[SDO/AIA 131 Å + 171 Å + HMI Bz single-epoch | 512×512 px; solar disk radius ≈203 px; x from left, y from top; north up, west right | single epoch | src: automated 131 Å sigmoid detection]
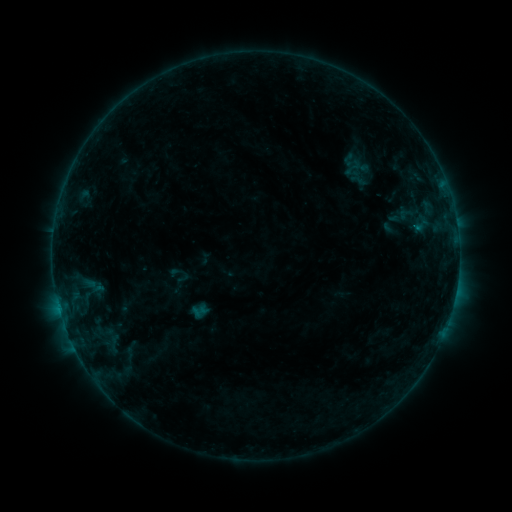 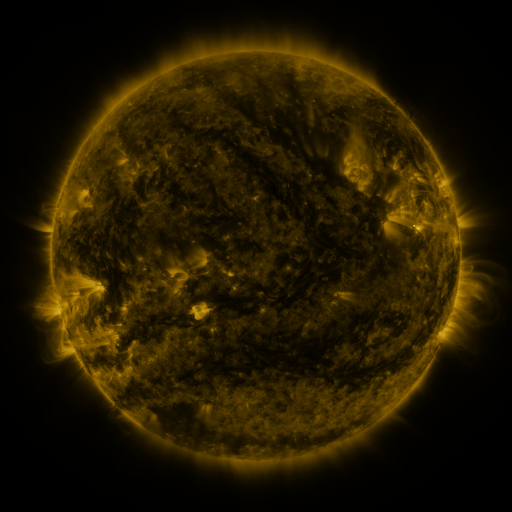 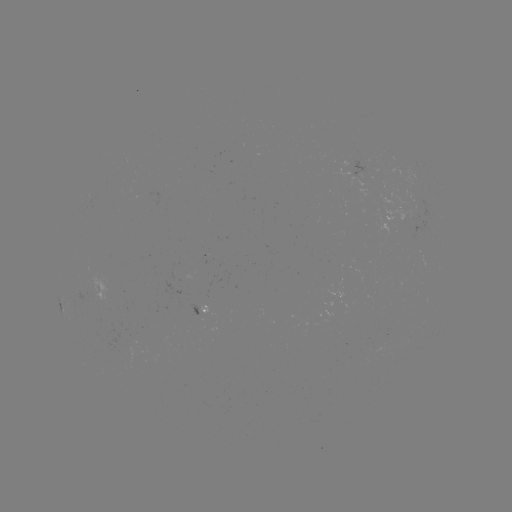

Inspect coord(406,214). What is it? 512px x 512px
sigmoid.